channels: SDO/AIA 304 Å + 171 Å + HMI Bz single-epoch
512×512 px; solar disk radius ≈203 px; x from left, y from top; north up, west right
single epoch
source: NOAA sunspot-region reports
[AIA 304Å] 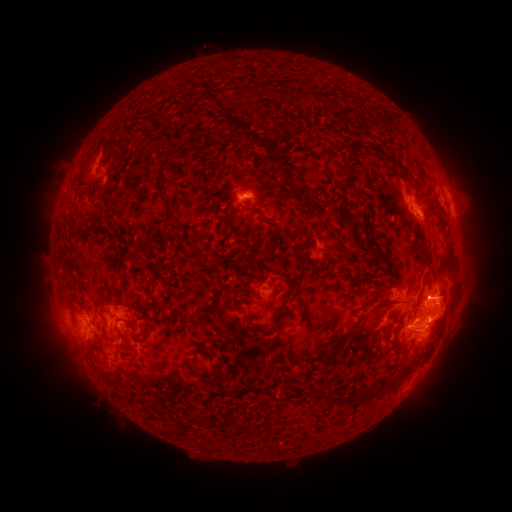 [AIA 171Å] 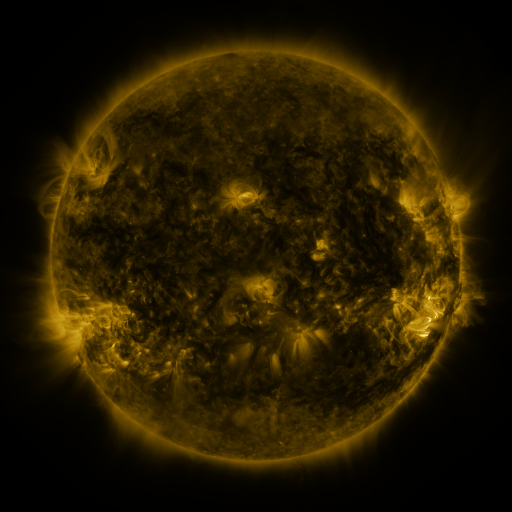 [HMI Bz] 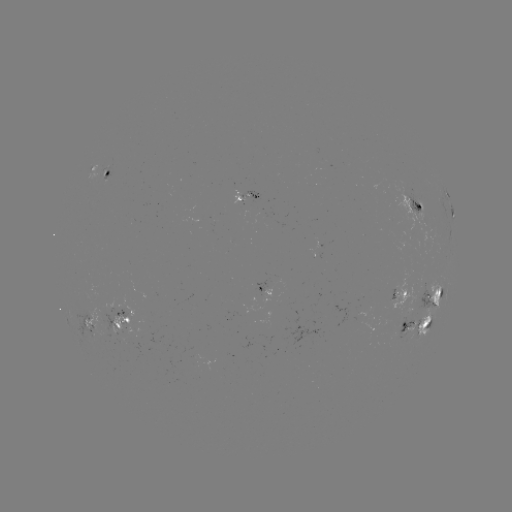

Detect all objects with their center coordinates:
spotted active region: (101, 174)
spotted active region: (245, 195)
spotted active region: (415, 204)
spotted active region: (452, 210)
spotted active region: (270, 290)
spotted active region: (435, 295)
spotted active region: (399, 296)
spotted active region: (123, 320)
spotted active region: (90, 323)
spotted active region: (418, 326)
